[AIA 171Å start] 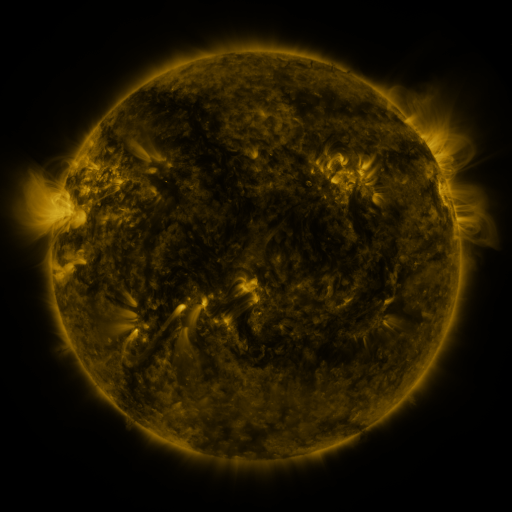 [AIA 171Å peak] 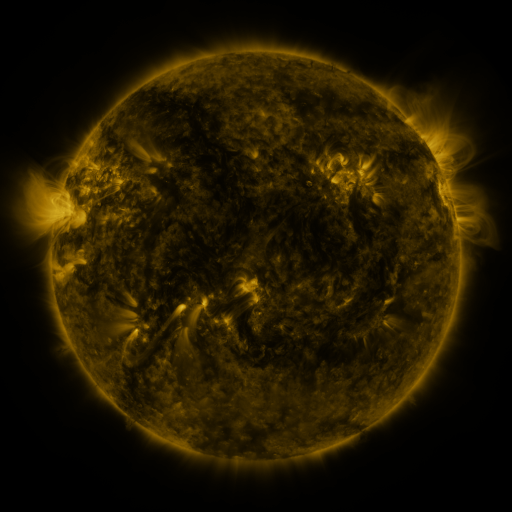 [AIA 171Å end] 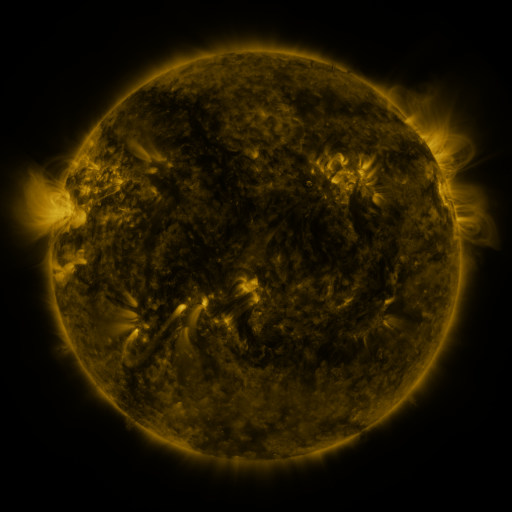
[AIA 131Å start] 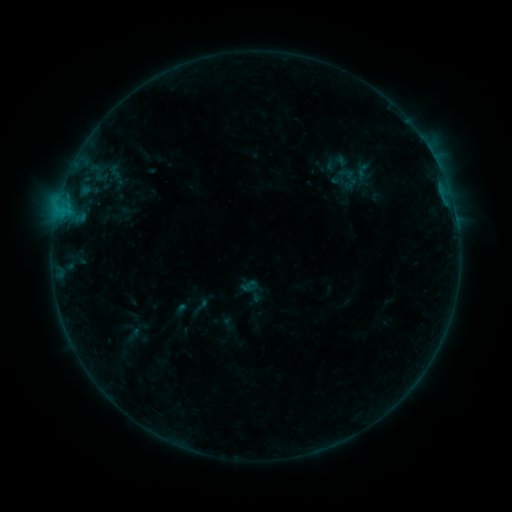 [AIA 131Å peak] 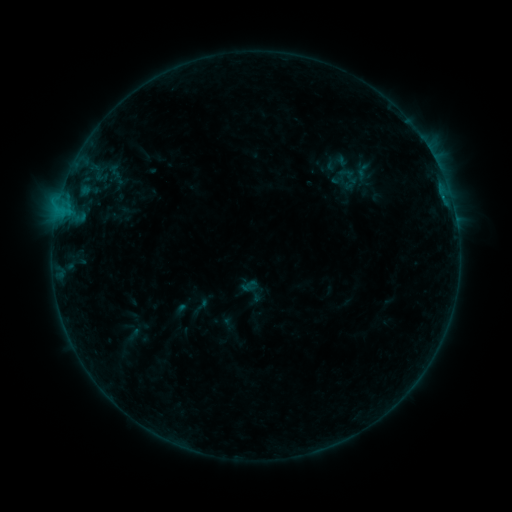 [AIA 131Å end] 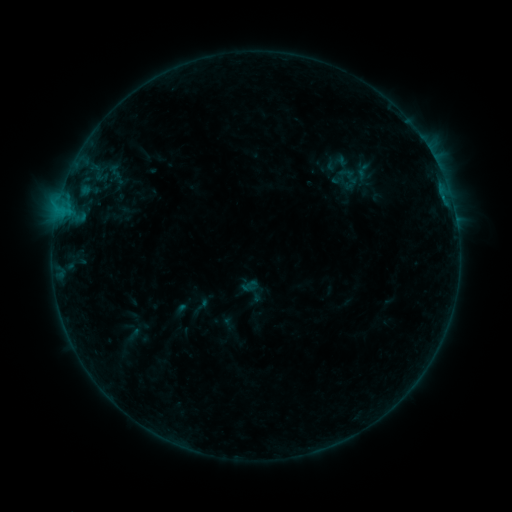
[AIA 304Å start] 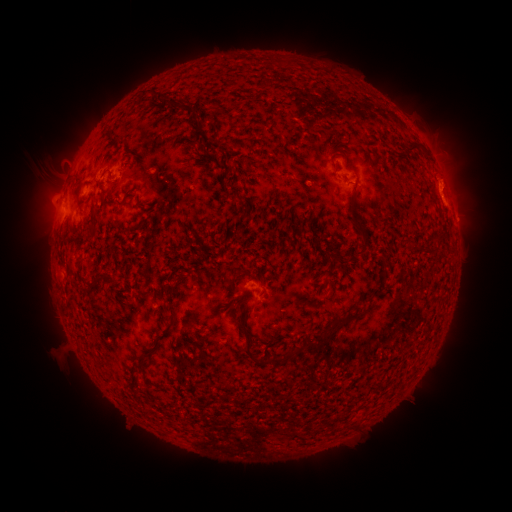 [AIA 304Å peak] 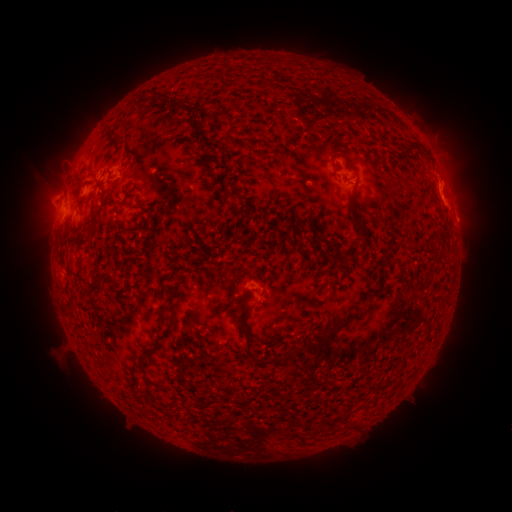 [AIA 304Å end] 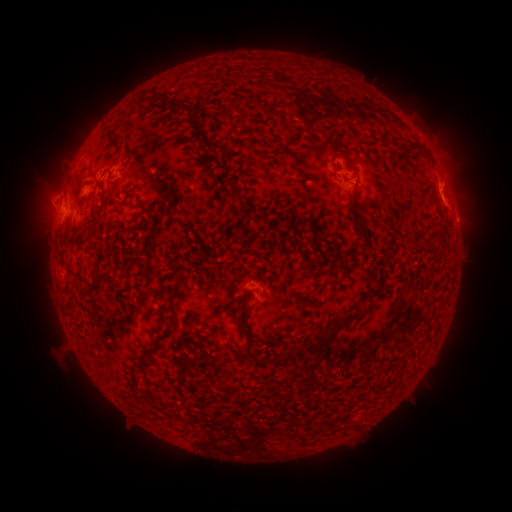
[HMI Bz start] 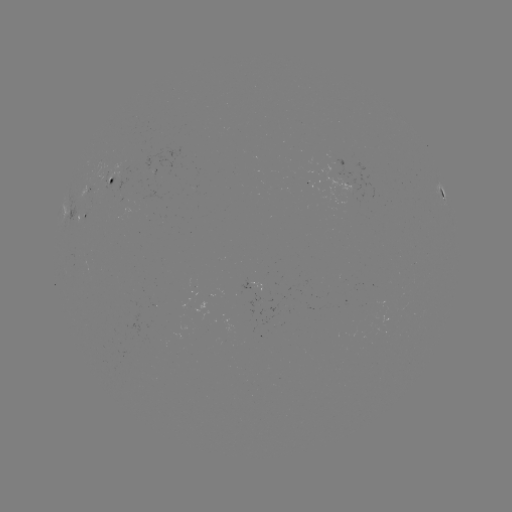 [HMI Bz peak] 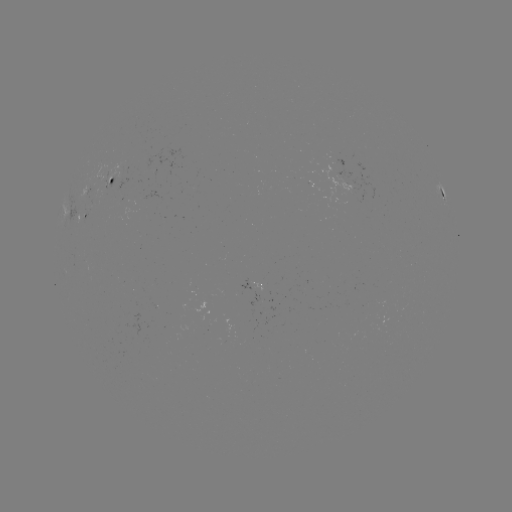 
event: flare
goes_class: B4.6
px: (443, 199)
